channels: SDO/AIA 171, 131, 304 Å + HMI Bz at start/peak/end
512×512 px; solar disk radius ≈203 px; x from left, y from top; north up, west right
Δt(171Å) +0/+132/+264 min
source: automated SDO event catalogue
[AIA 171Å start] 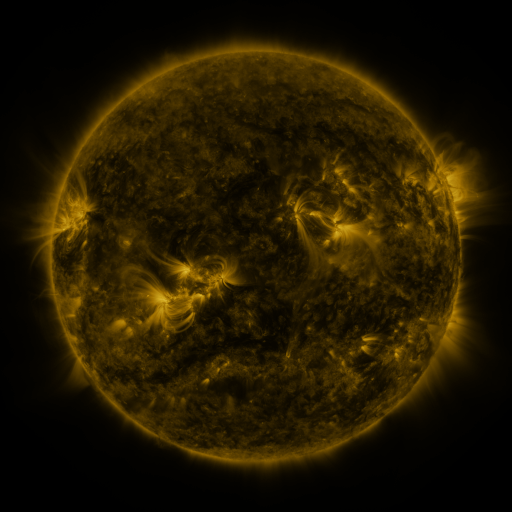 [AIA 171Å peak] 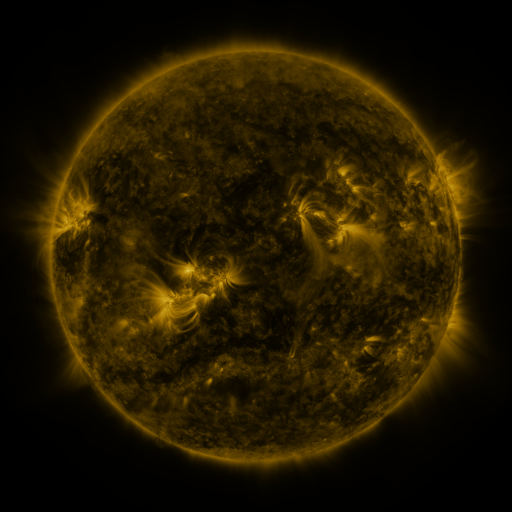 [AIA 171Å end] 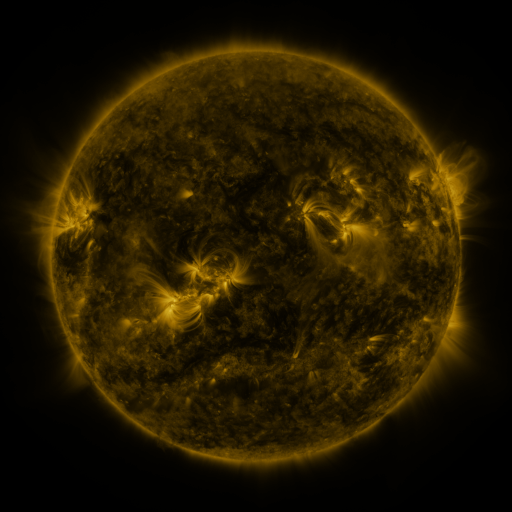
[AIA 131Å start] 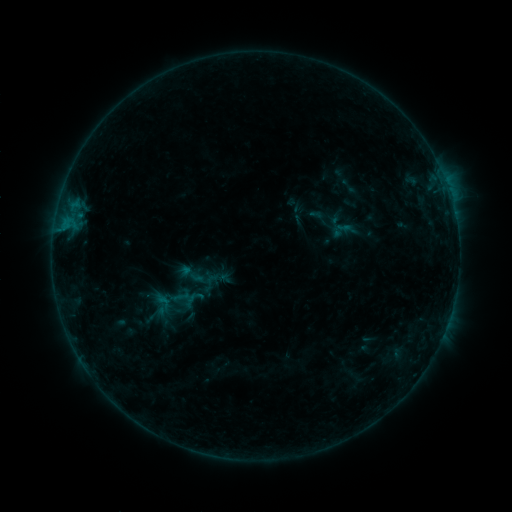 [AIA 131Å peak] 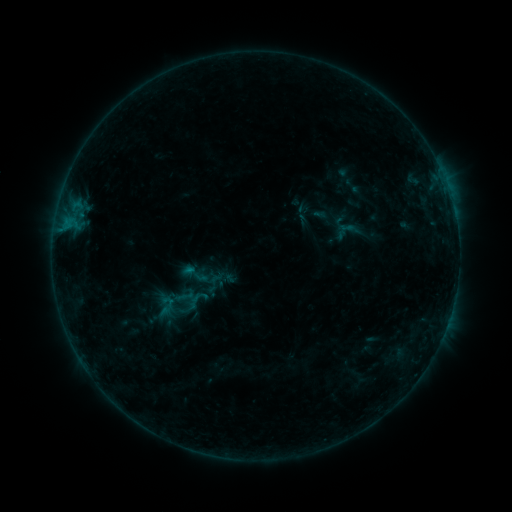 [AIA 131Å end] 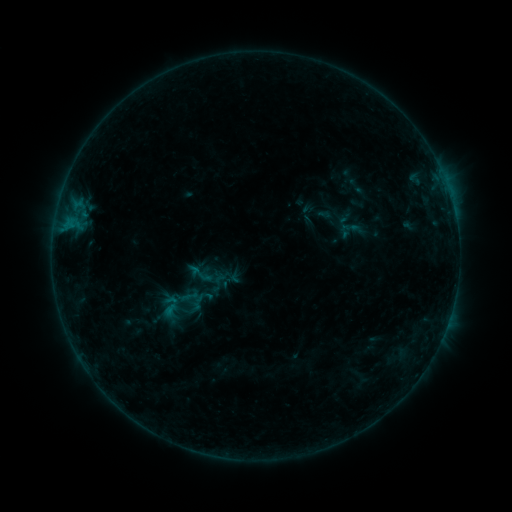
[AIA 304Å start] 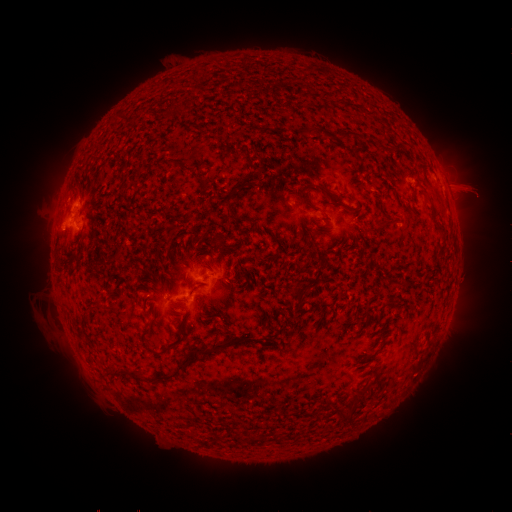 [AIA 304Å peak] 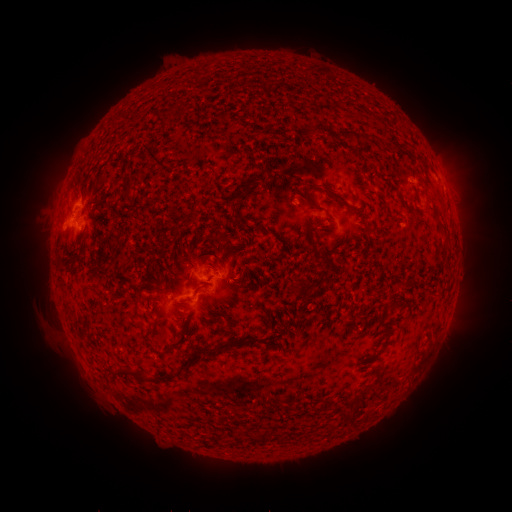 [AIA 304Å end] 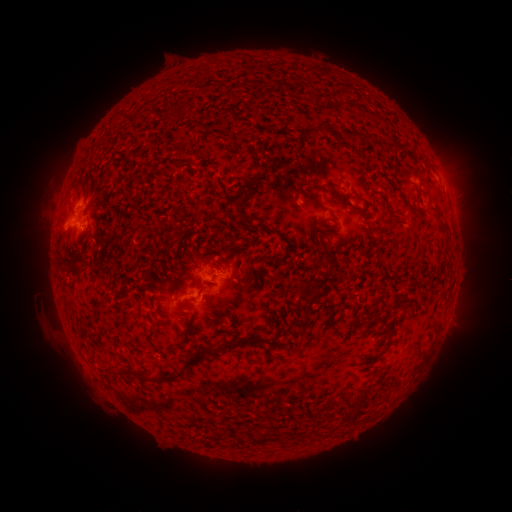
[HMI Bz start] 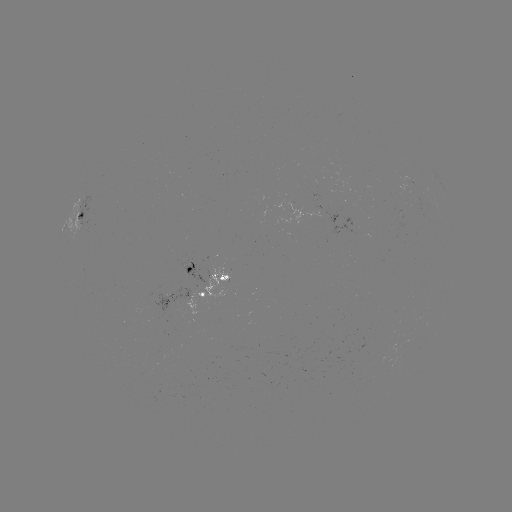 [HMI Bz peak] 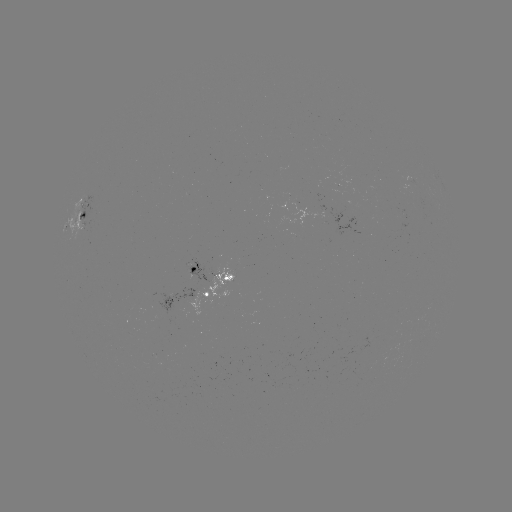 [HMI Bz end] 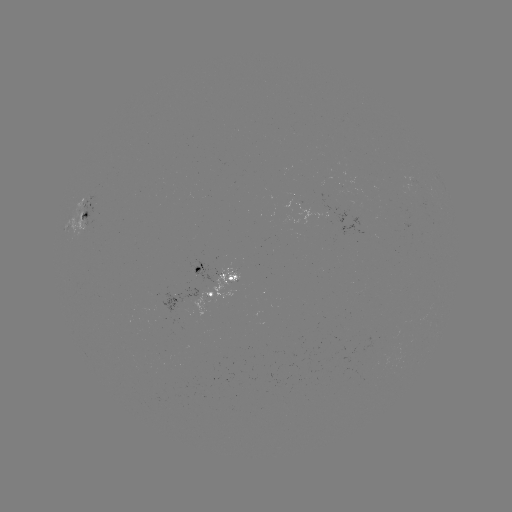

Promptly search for filament eruption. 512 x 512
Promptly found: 176,196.